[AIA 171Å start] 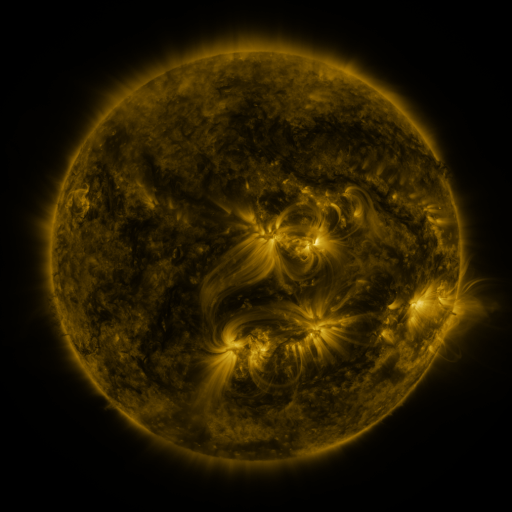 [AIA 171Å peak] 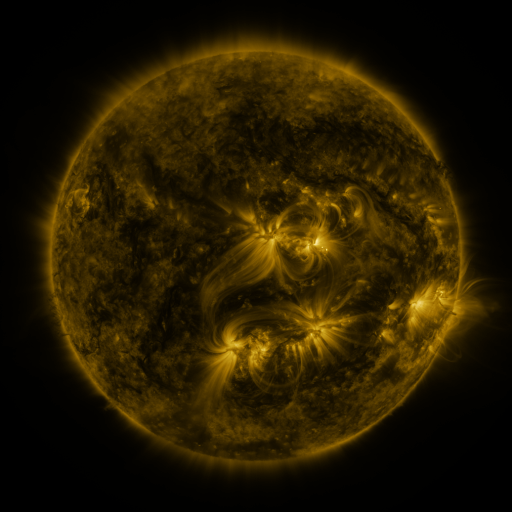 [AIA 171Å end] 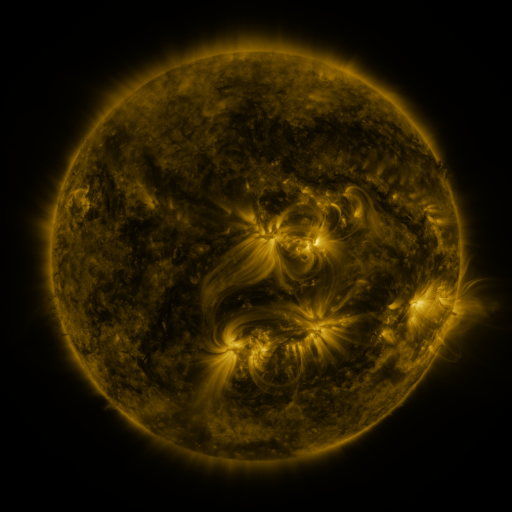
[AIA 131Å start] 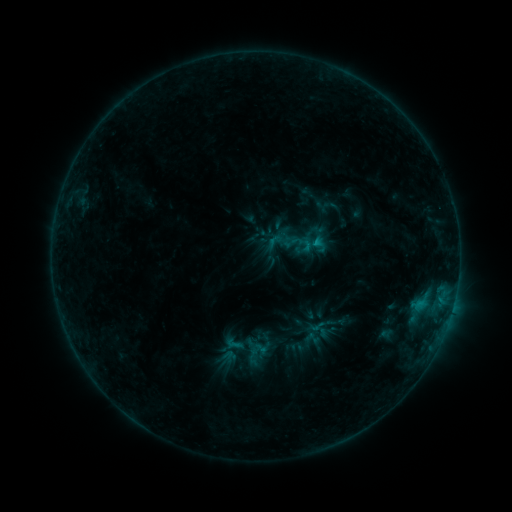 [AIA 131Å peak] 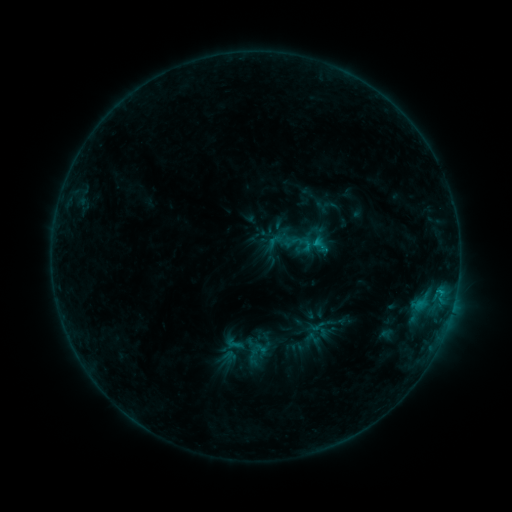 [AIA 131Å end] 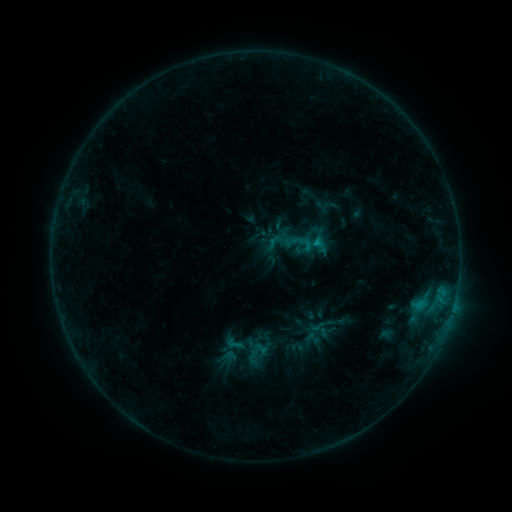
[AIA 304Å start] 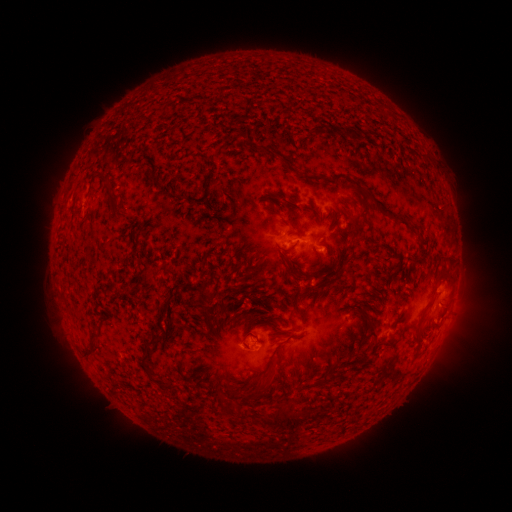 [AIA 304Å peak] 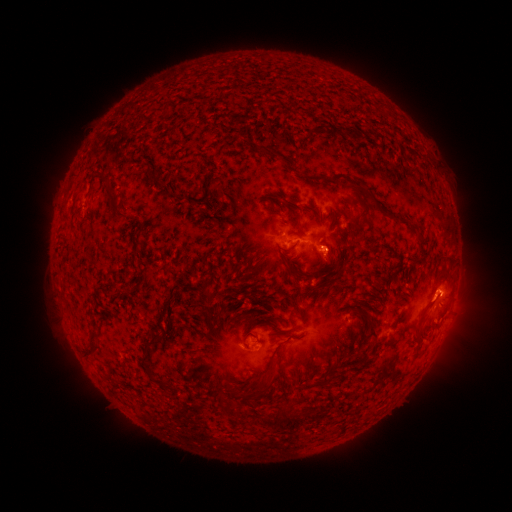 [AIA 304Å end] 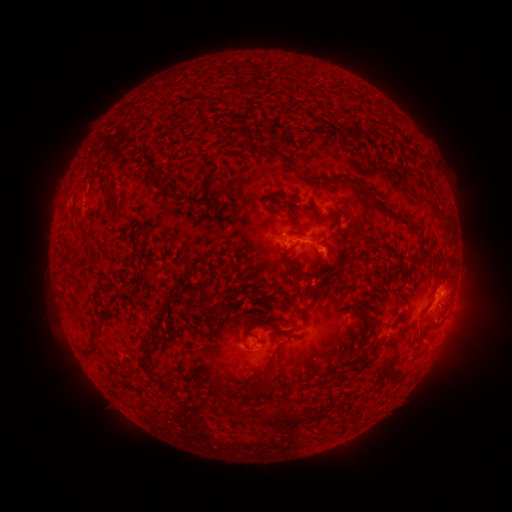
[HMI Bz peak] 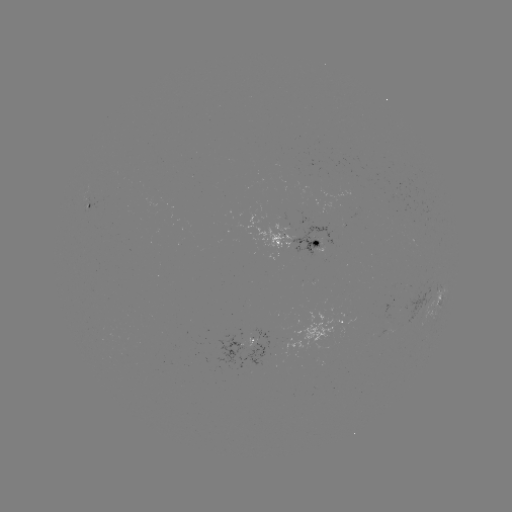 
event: eruption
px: (331, 251)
